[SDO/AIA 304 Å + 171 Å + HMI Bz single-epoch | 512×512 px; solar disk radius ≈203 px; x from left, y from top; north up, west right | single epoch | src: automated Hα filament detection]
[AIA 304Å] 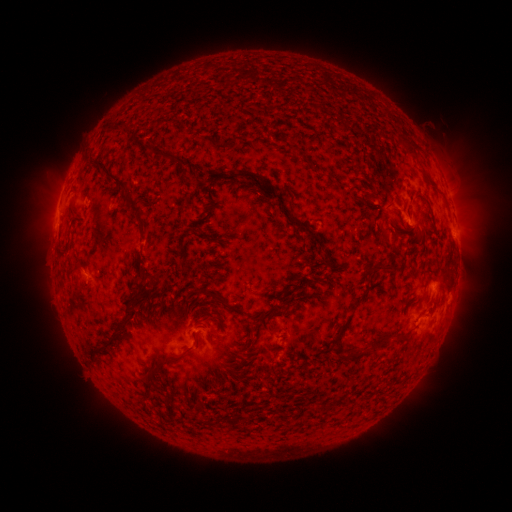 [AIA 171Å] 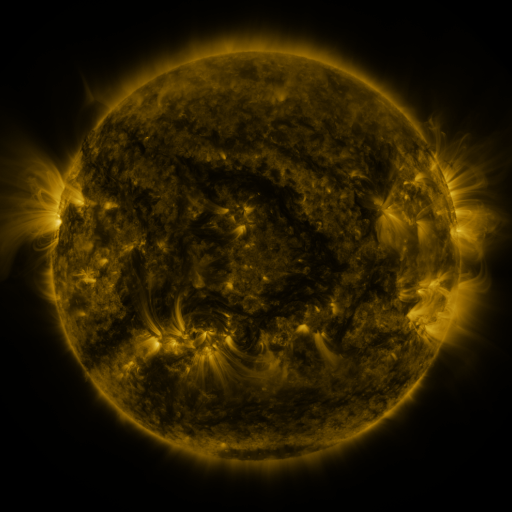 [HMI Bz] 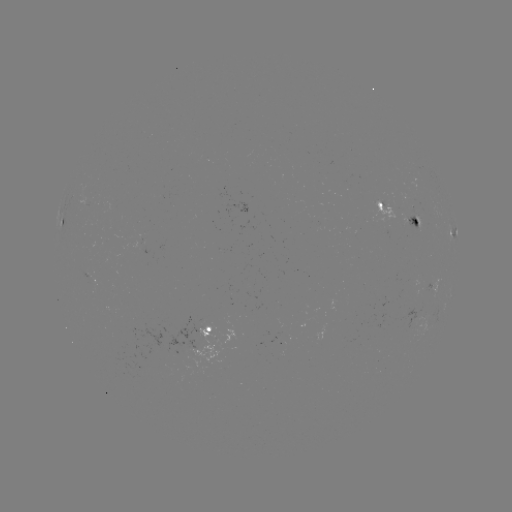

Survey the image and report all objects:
filament: (113, 132)
filament: (406, 142)
filament: (224, 144)
filament: (160, 156)
filament: (246, 175)
filament: (374, 193)
filament: (126, 196)
filament: (415, 219)
filament: (299, 223)
filament: (183, 257)
filament: (381, 265)
filament: (150, 278)
filament: (299, 287)
filament: (214, 297)
filament: (163, 303)
filament: (130, 304)
filament: (277, 309)
filament: (117, 336)
filament: (403, 336)
filament: (256, 343)
filament: (354, 355)
filament: (94, 357)
filament: (170, 361)
